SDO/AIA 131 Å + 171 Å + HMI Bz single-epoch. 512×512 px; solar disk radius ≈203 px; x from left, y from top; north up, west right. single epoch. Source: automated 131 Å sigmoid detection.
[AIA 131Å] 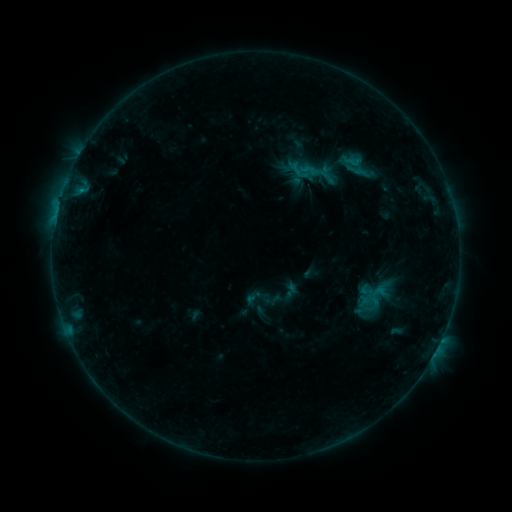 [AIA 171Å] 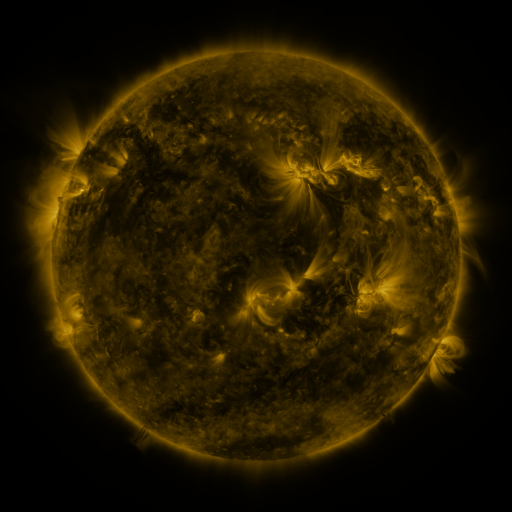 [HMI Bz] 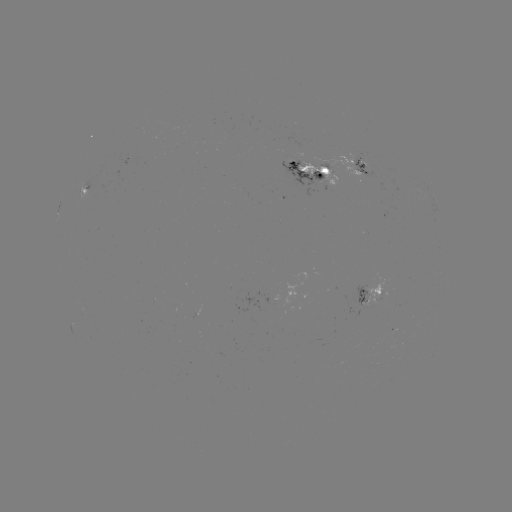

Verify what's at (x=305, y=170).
sigmoid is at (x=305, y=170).